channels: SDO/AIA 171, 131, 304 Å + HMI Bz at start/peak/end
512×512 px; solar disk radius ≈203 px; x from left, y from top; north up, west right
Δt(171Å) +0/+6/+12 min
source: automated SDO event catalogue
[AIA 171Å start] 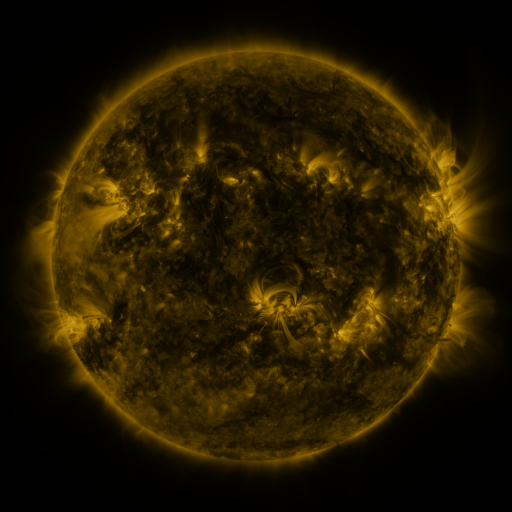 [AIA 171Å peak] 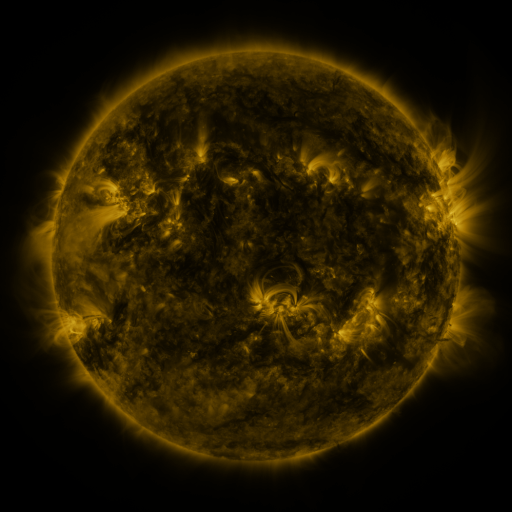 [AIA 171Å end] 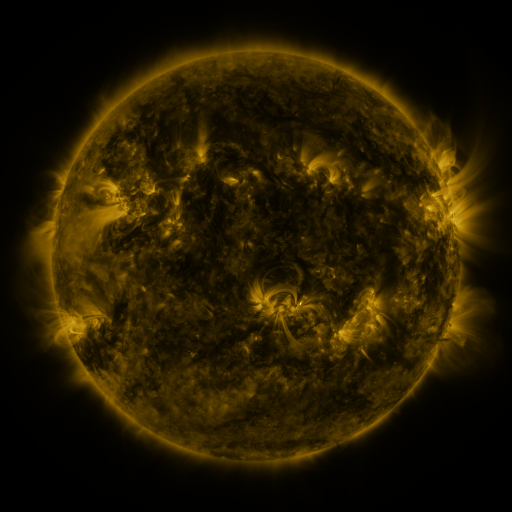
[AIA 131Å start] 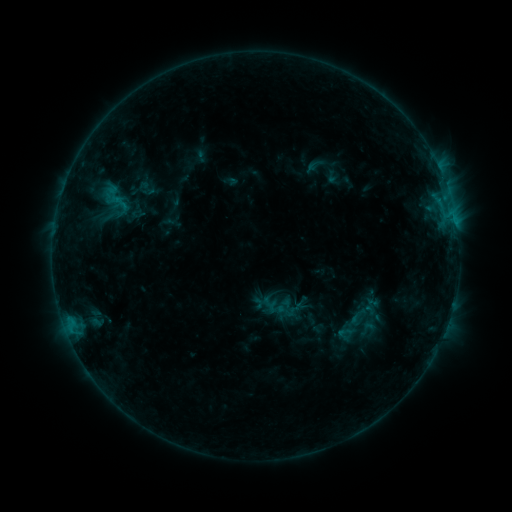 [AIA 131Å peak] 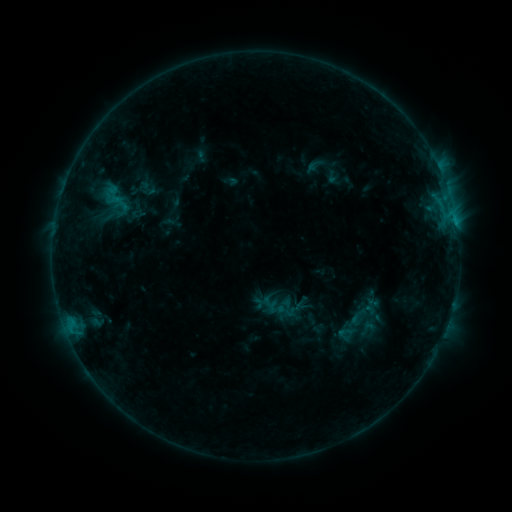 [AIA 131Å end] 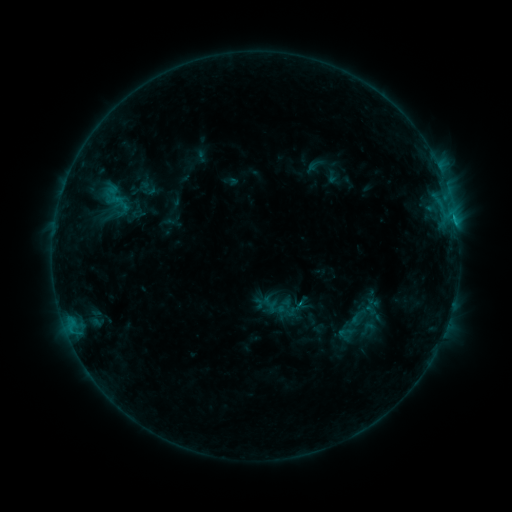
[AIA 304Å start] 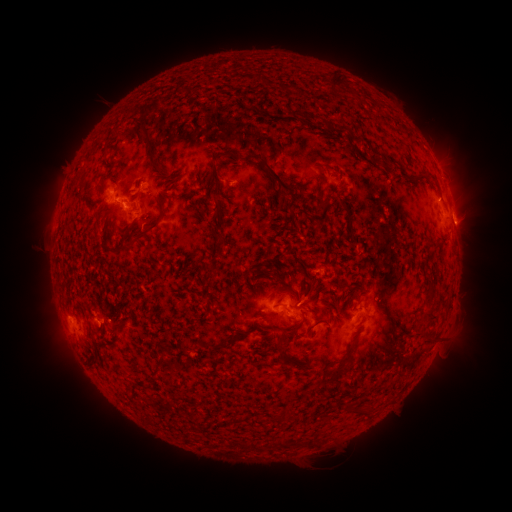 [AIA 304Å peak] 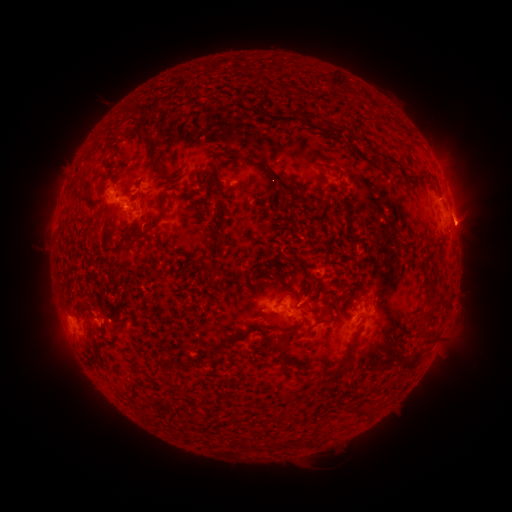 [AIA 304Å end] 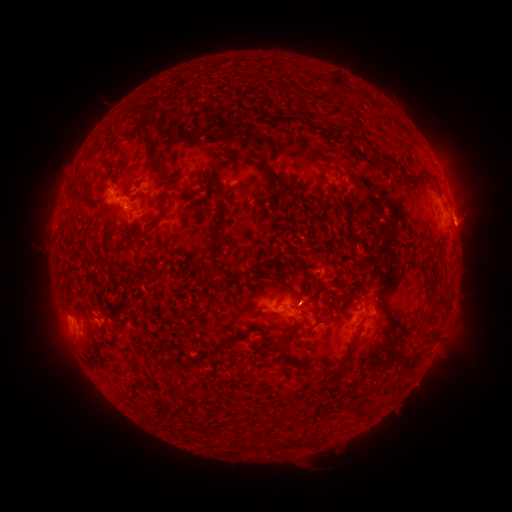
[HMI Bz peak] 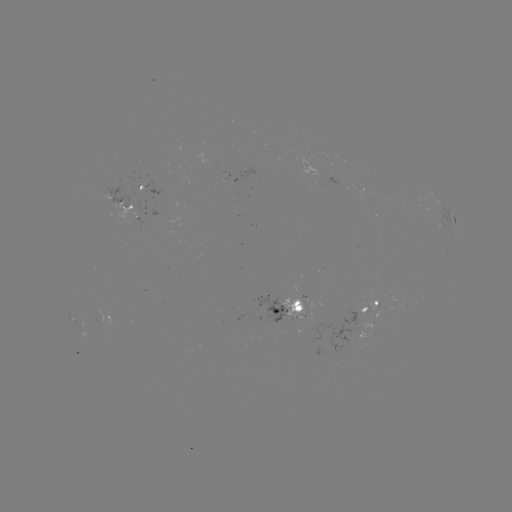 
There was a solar eruption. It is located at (468, 223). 